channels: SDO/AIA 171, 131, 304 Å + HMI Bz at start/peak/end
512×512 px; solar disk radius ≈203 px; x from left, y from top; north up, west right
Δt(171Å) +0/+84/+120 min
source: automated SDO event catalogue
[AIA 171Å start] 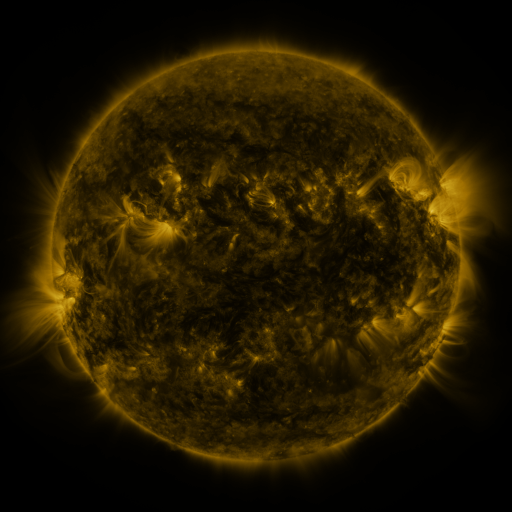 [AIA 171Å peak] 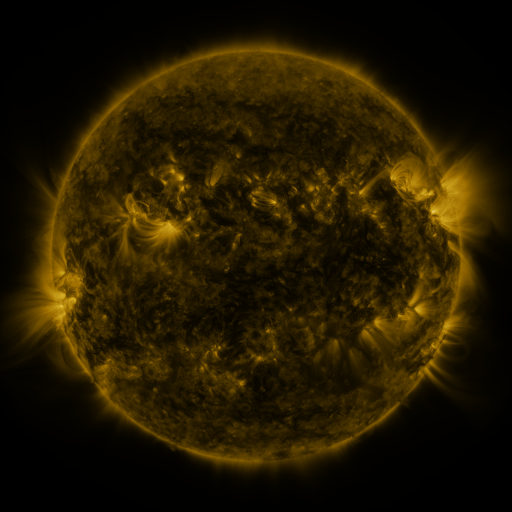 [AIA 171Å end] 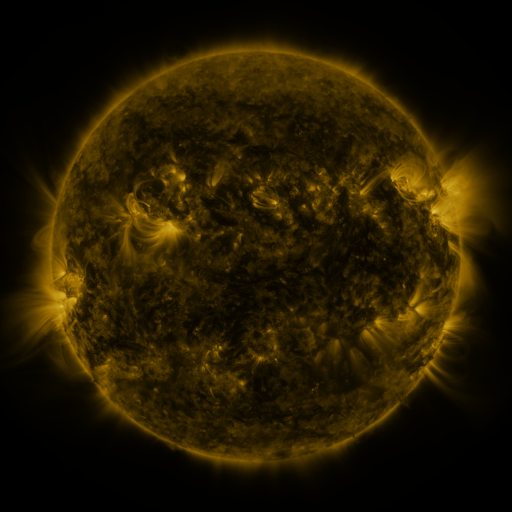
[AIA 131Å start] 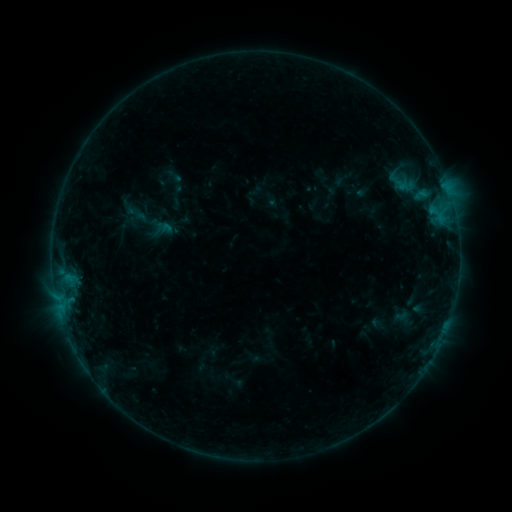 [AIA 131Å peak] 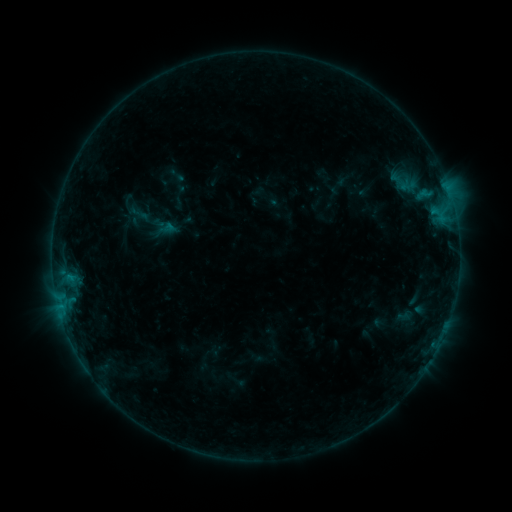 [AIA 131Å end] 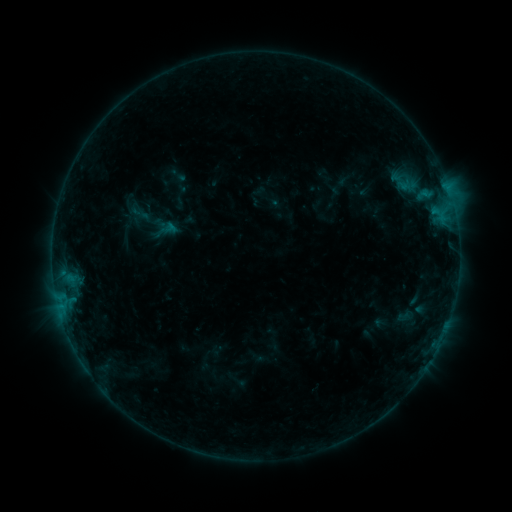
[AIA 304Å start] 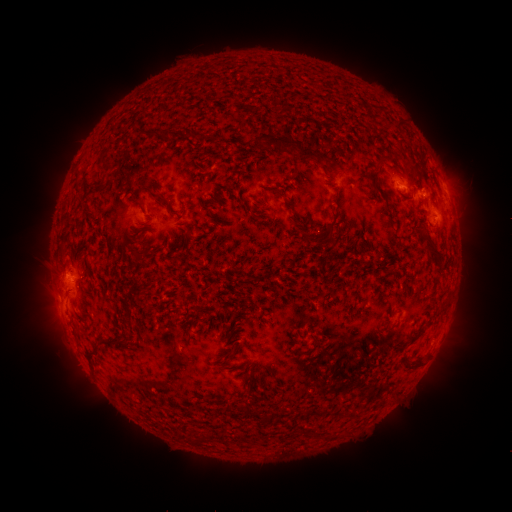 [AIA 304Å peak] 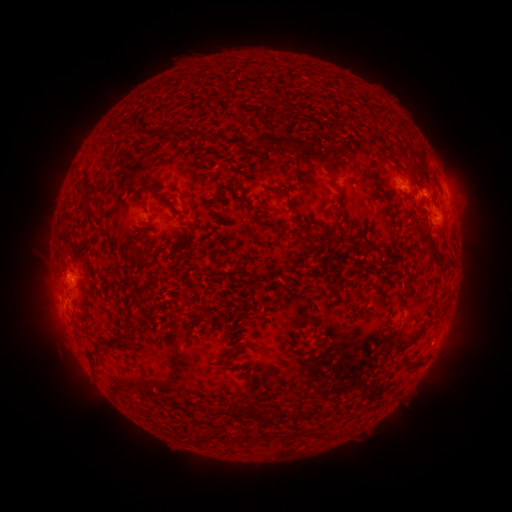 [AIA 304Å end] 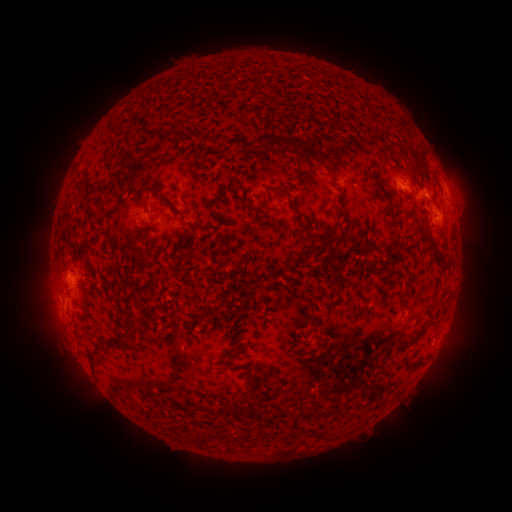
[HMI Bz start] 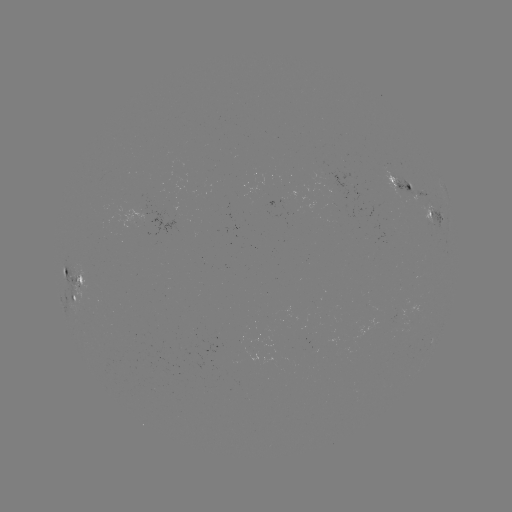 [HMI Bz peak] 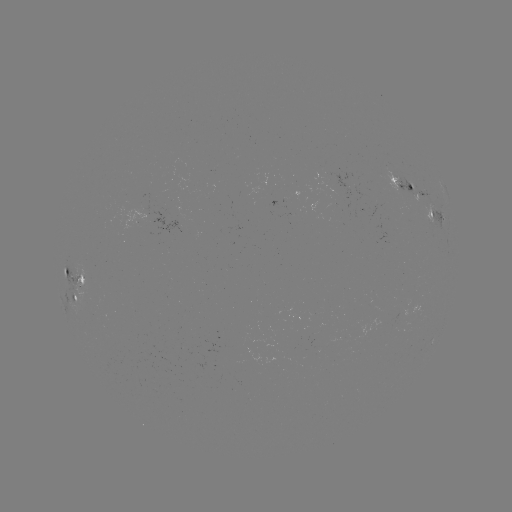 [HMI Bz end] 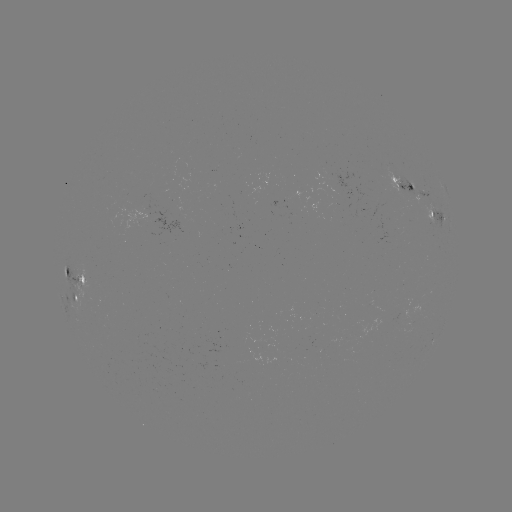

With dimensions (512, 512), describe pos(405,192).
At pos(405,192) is emerging-flux region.